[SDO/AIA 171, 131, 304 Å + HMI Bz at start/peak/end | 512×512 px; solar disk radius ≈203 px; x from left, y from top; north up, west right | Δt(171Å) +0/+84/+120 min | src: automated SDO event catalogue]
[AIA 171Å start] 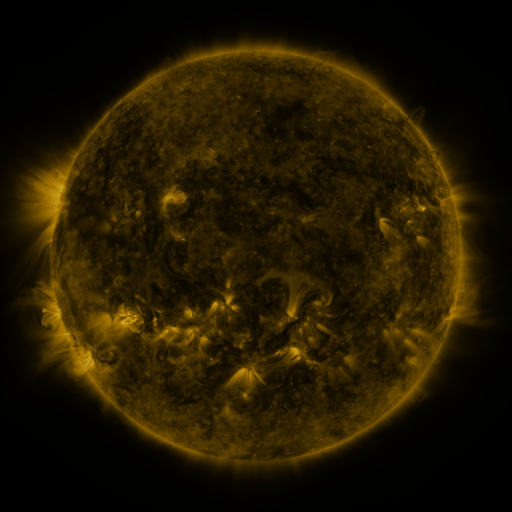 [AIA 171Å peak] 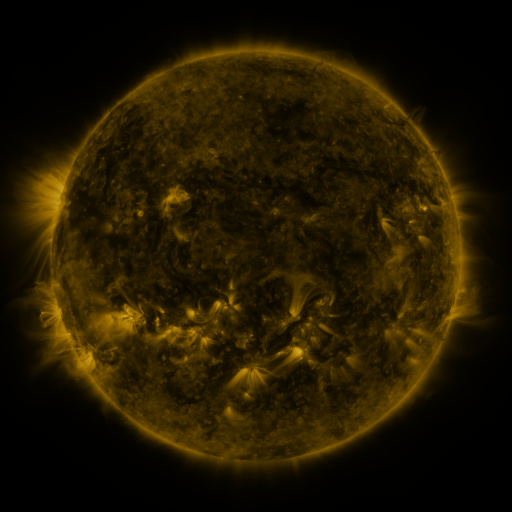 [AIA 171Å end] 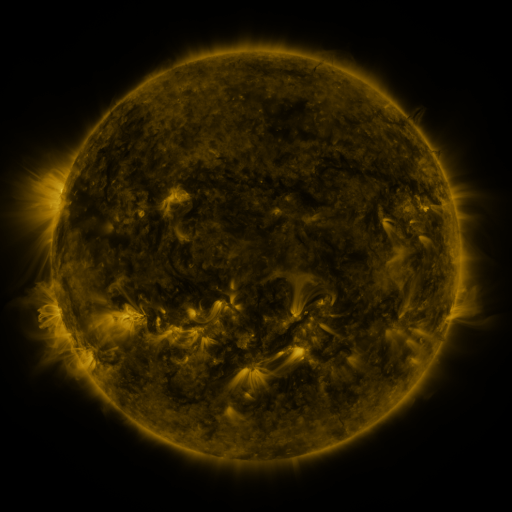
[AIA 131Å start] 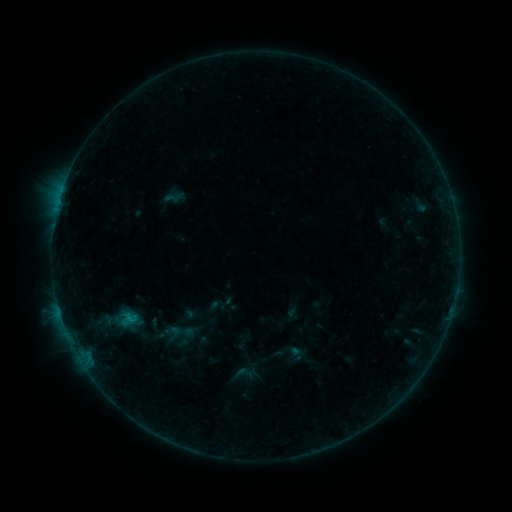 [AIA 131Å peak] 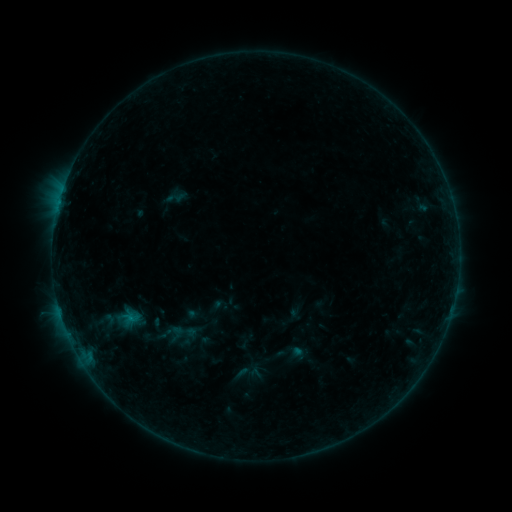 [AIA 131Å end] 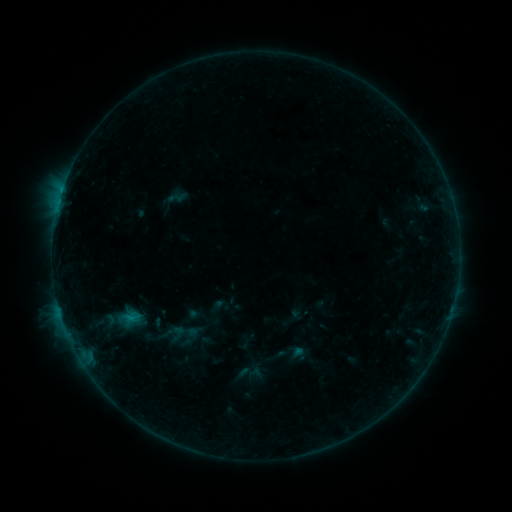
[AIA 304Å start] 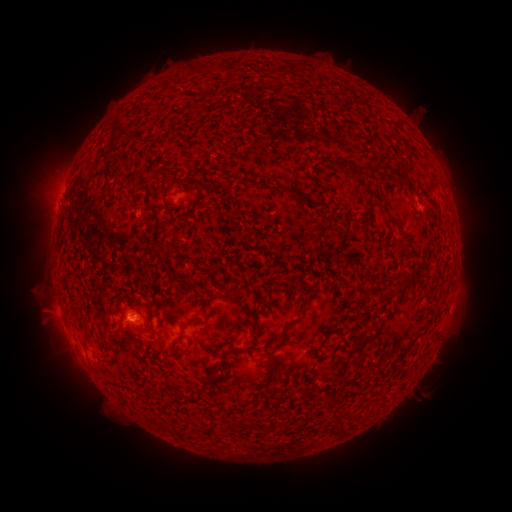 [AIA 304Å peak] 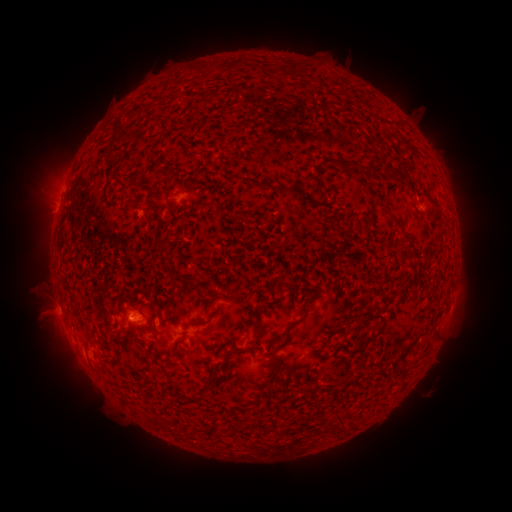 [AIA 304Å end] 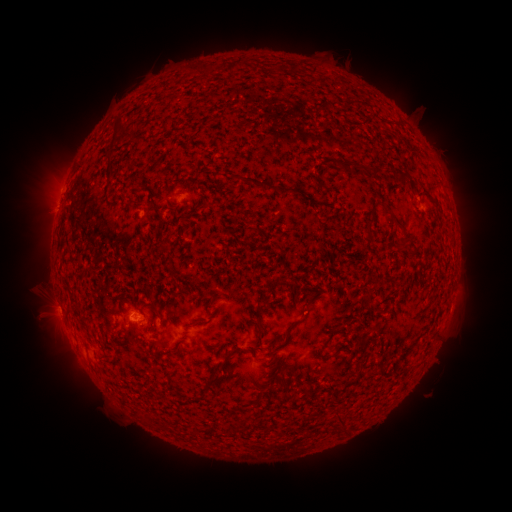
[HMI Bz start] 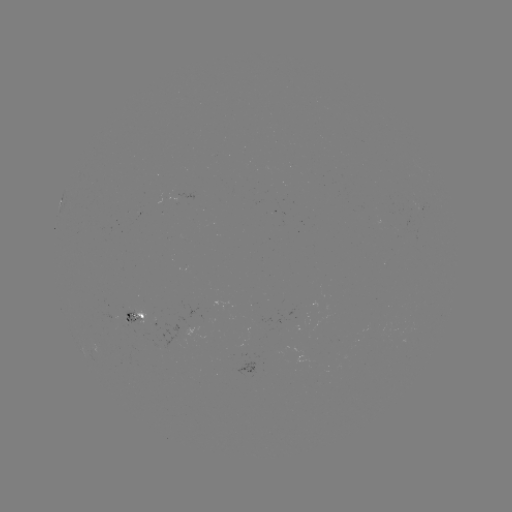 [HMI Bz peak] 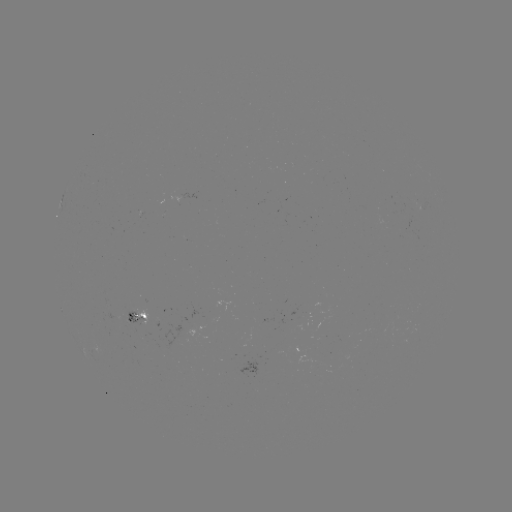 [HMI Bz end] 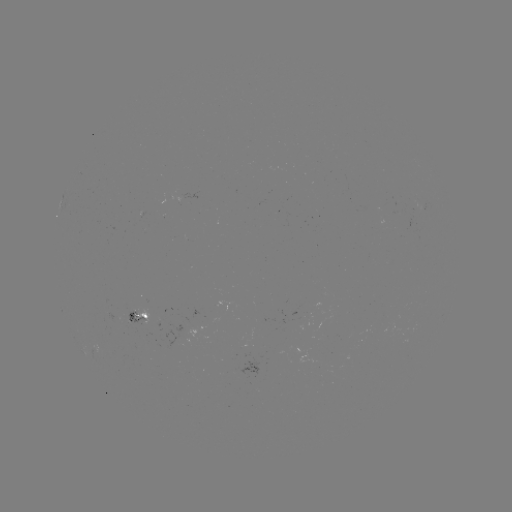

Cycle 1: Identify emerging-flux region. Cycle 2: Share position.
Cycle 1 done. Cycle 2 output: (132, 313).